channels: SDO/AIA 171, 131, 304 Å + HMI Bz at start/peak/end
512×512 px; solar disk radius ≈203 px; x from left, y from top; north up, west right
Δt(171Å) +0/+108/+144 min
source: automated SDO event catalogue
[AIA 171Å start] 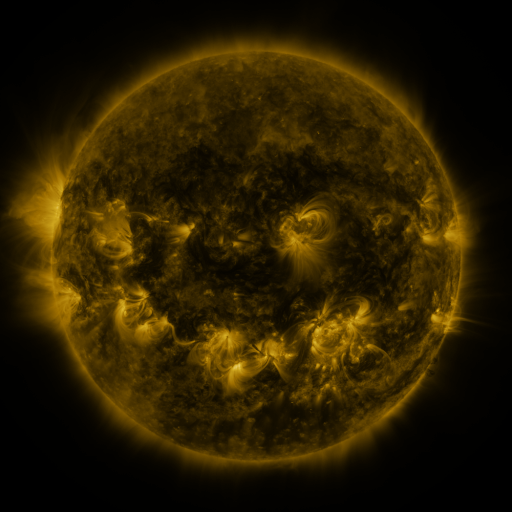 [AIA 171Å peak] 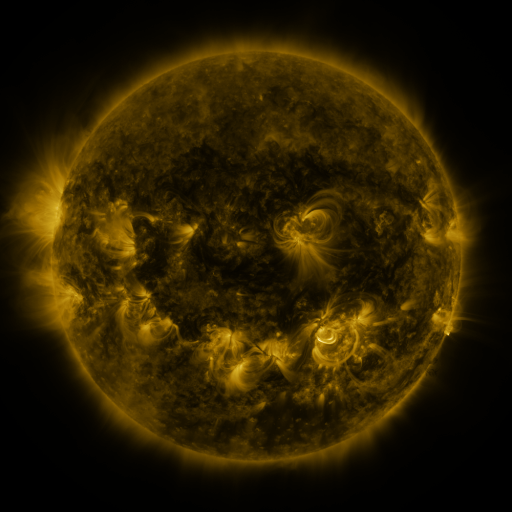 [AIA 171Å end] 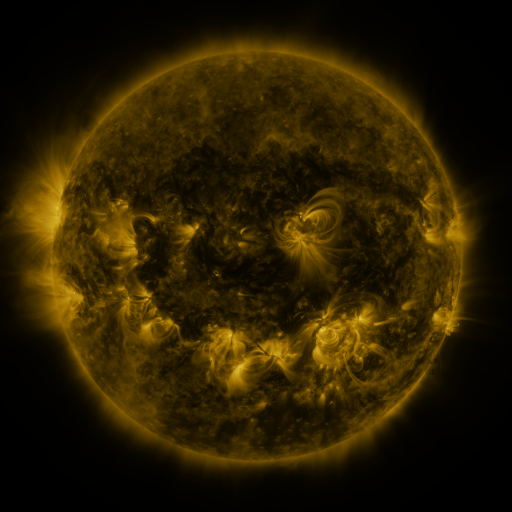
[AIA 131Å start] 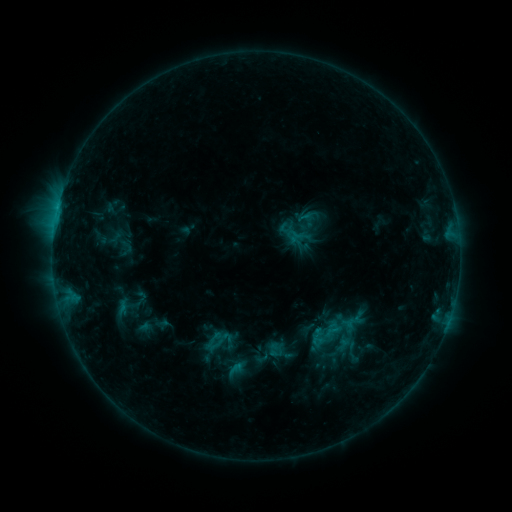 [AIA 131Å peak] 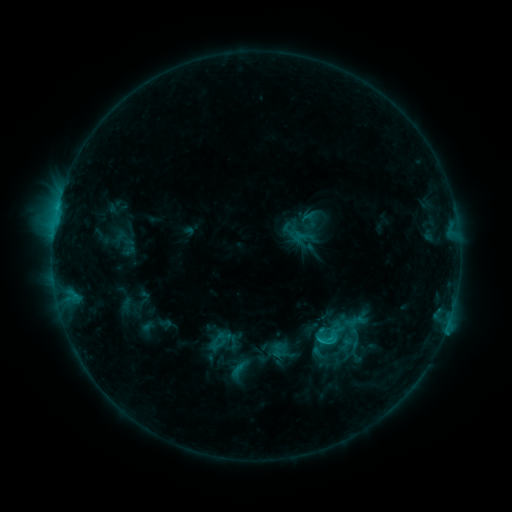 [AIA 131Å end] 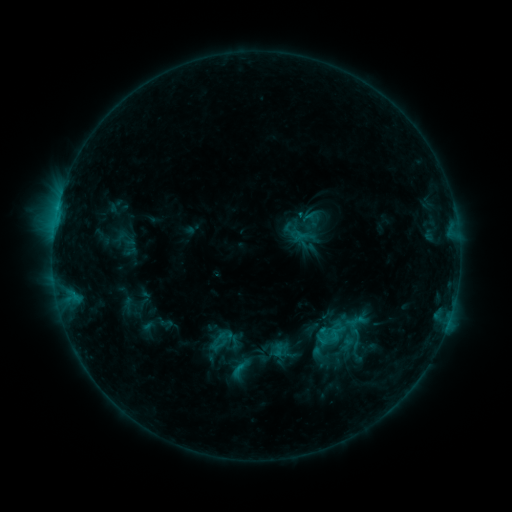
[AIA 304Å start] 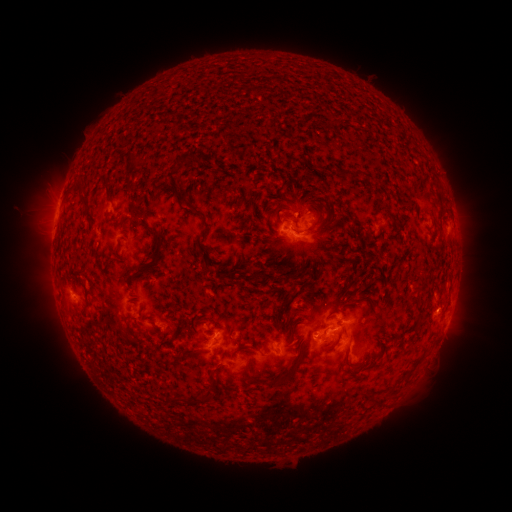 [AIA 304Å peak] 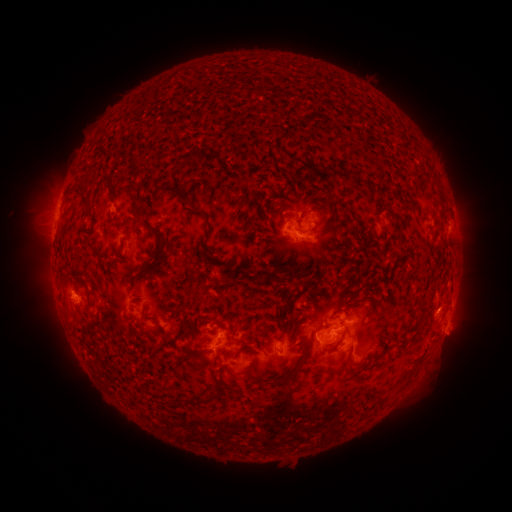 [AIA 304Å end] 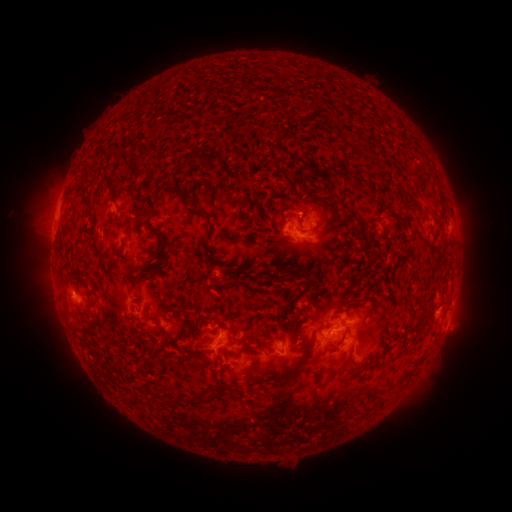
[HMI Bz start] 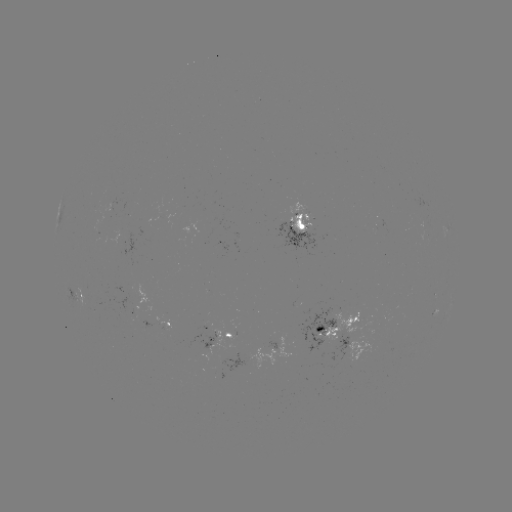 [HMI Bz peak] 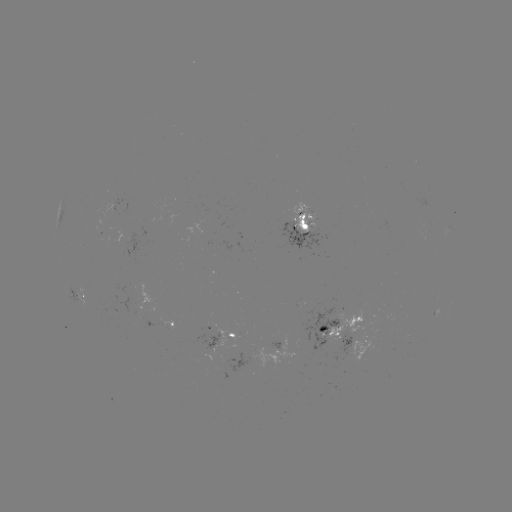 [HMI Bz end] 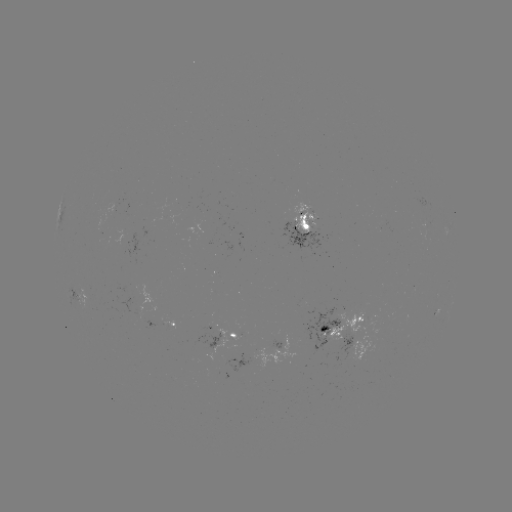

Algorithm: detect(emerging-flux region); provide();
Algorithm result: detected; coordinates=[165, 324]